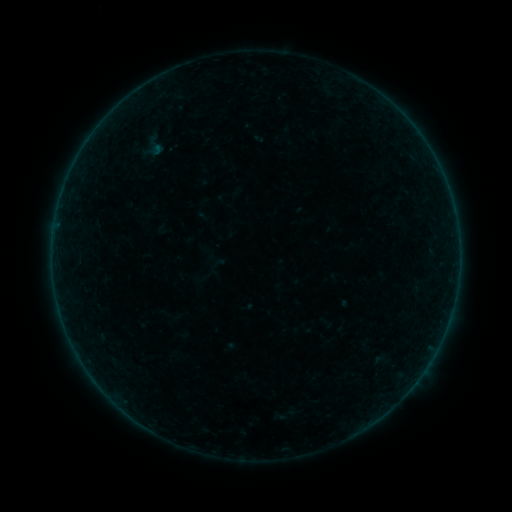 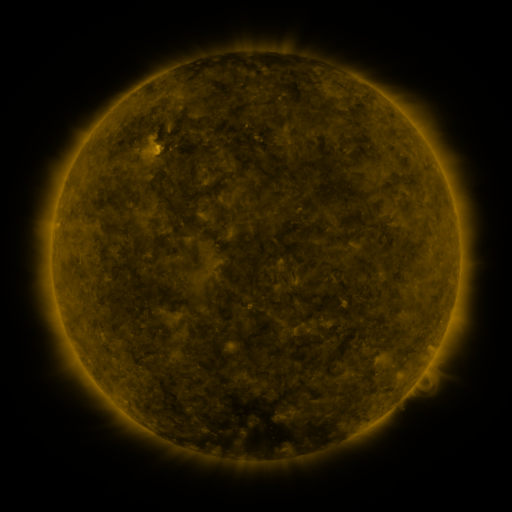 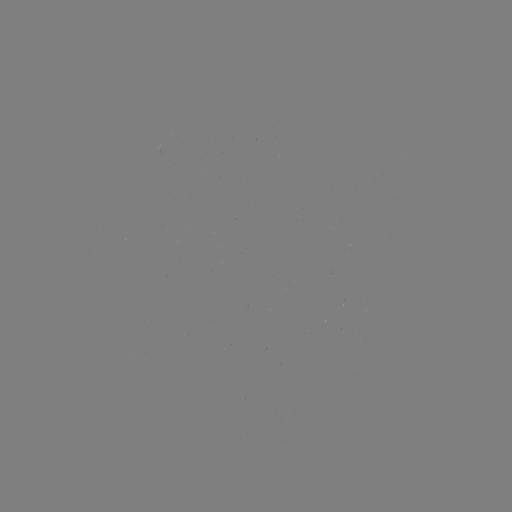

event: sigmoid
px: (155, 146)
